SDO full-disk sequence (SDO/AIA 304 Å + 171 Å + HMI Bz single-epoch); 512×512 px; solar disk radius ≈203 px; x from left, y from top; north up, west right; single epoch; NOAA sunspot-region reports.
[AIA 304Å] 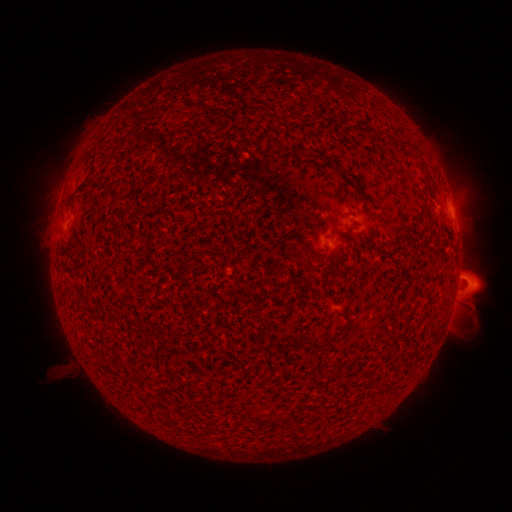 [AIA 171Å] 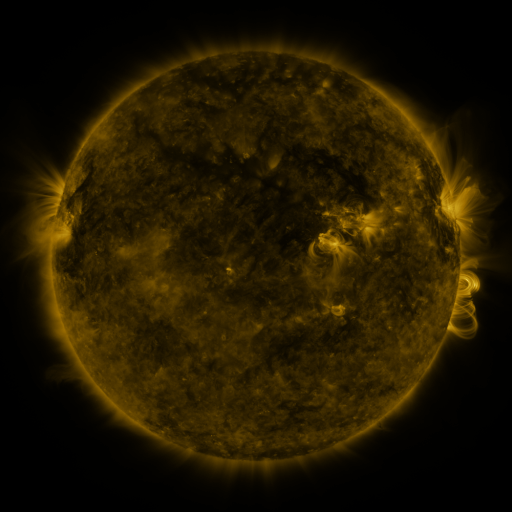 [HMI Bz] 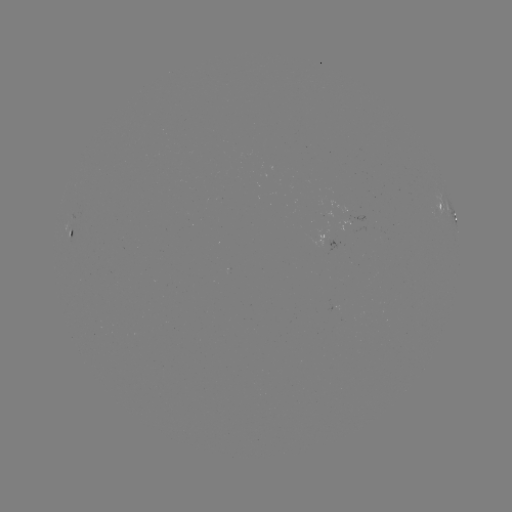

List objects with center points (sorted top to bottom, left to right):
spotted active region: (451, 214)
spotted active region: (72, 234)
spotted active region: (331, 240)
